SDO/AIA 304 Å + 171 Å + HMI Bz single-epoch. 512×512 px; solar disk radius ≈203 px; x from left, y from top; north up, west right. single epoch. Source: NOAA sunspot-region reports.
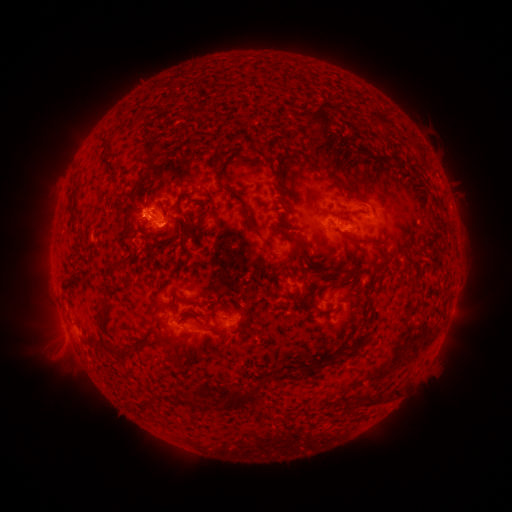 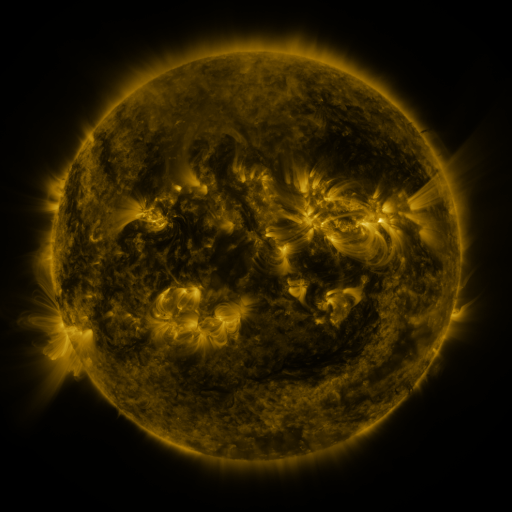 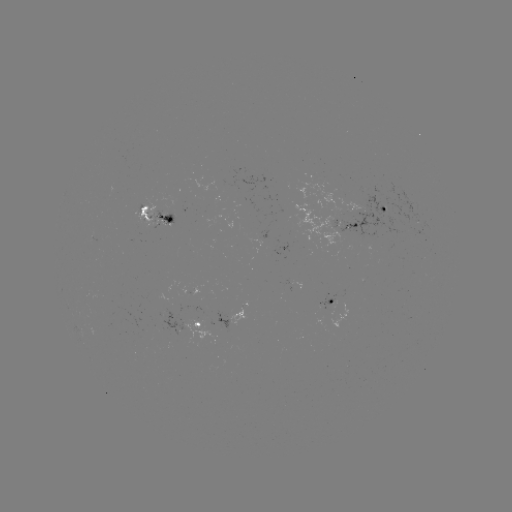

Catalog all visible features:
spotted active region: (382, 212)
spotted active region: (154, 216)
spotted active region: (337, 224)
spotted active region: (301, 285)
spotted active region: (331, 306)
spotted active region: (231, 320)
spotted active region: (195, 326)
